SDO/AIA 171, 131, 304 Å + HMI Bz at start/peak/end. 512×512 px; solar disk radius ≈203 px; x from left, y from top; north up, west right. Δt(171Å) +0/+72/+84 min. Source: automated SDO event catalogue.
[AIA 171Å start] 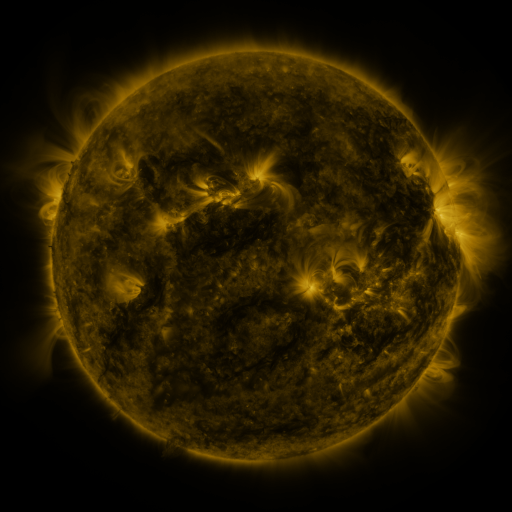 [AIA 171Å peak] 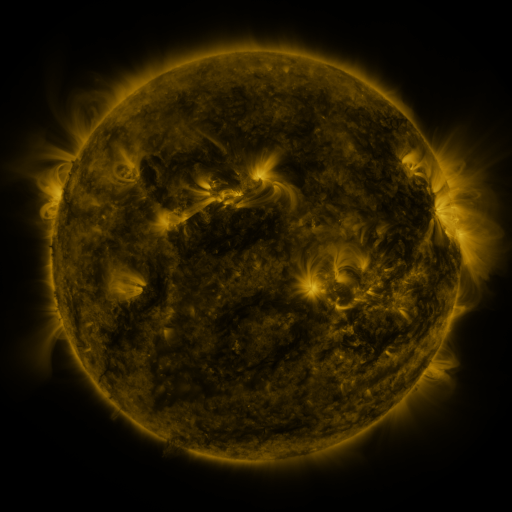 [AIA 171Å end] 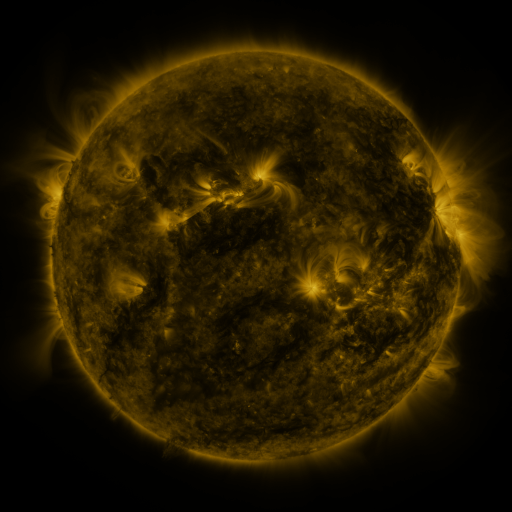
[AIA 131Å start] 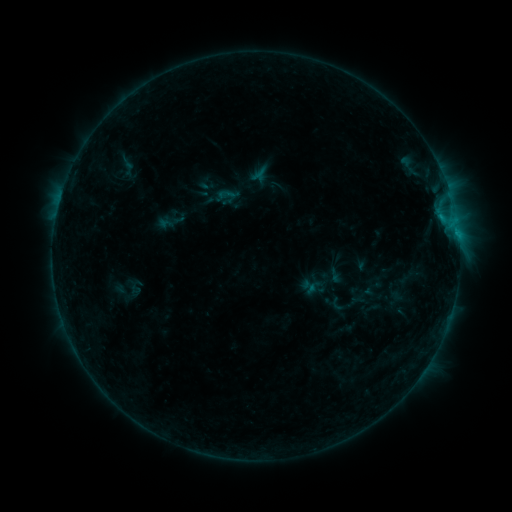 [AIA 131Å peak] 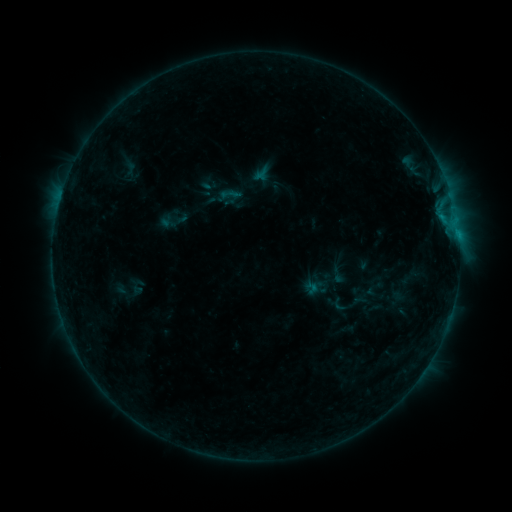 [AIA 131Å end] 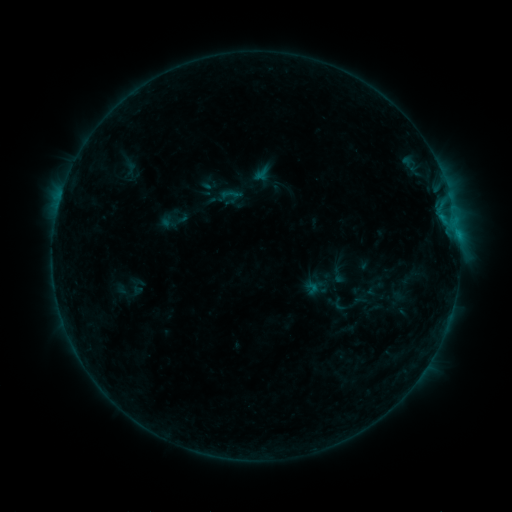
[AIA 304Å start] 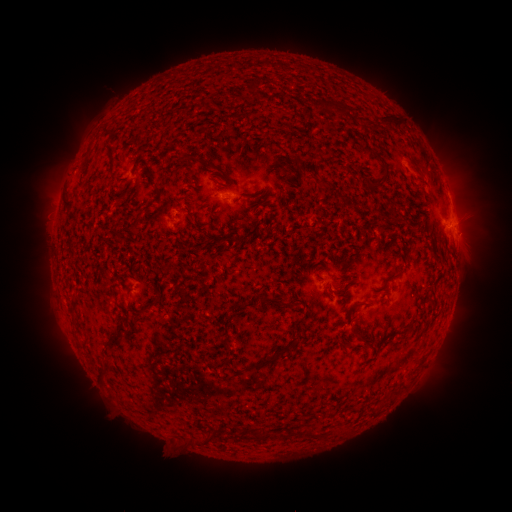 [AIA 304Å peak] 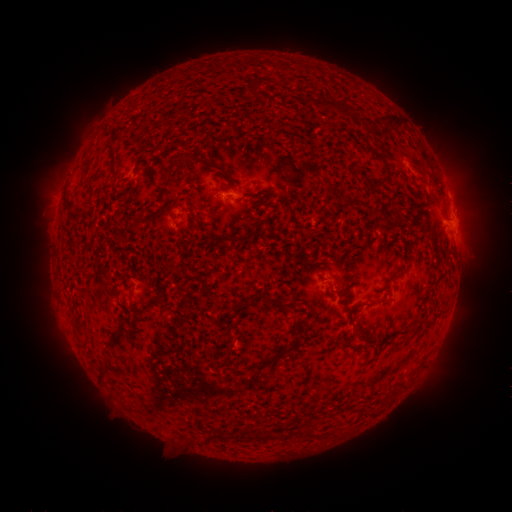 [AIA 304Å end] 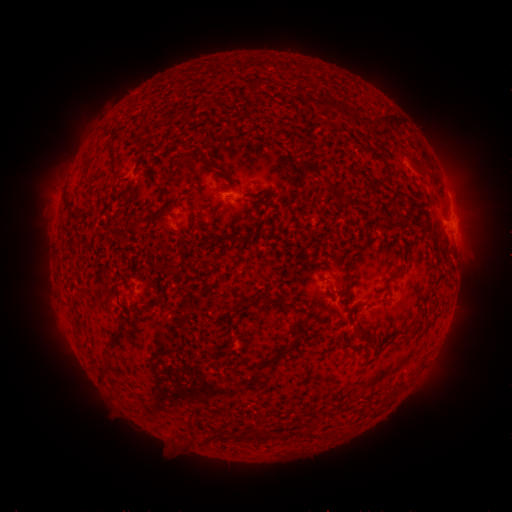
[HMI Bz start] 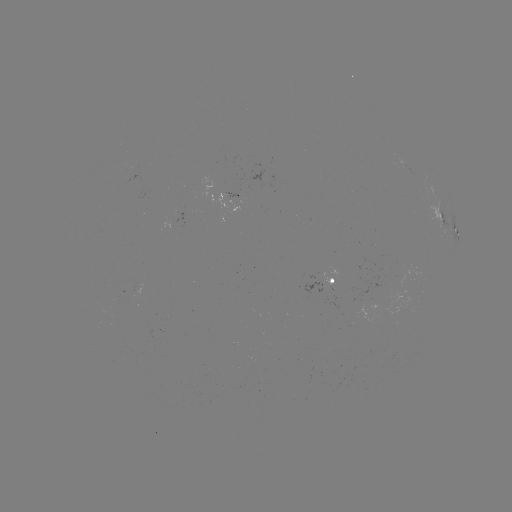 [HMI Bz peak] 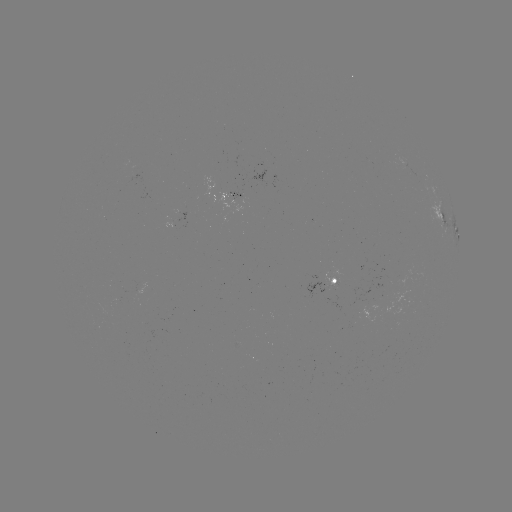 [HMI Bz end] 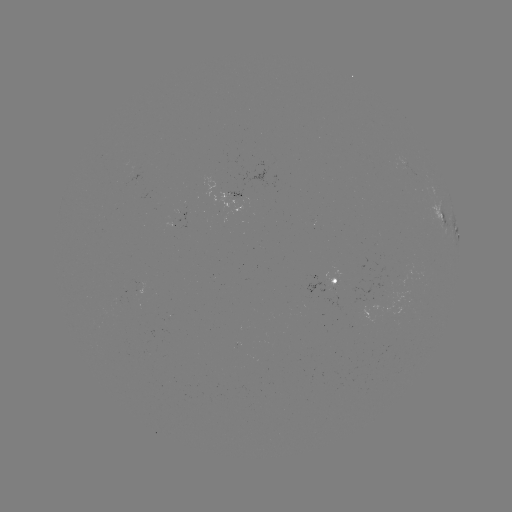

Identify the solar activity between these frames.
emerging-flux region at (241, 198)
